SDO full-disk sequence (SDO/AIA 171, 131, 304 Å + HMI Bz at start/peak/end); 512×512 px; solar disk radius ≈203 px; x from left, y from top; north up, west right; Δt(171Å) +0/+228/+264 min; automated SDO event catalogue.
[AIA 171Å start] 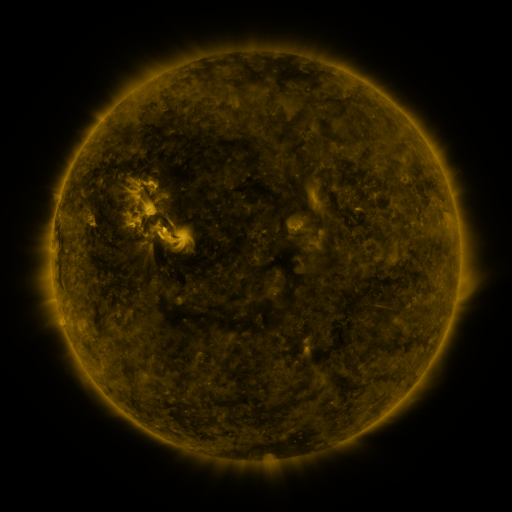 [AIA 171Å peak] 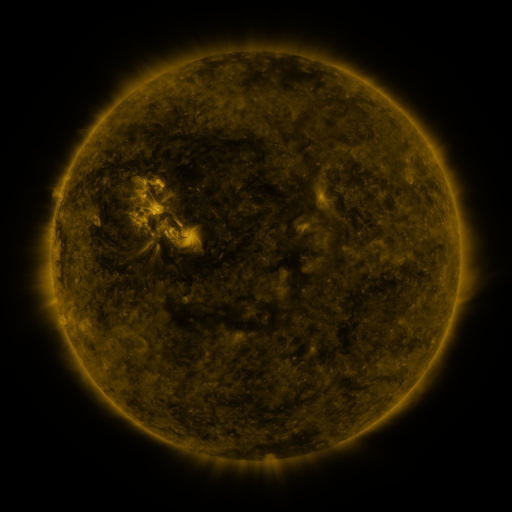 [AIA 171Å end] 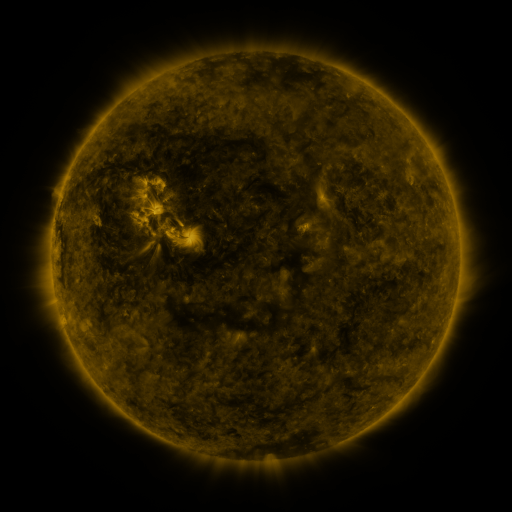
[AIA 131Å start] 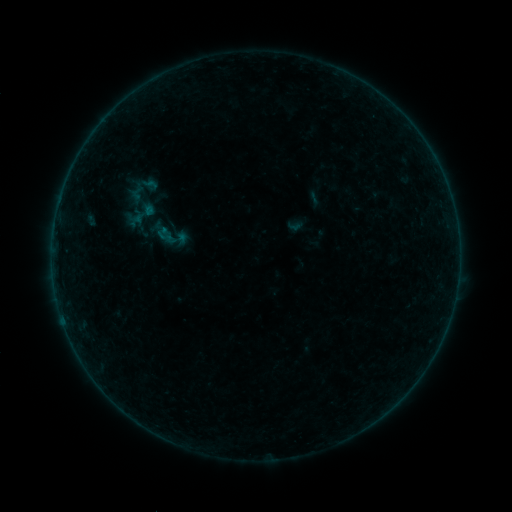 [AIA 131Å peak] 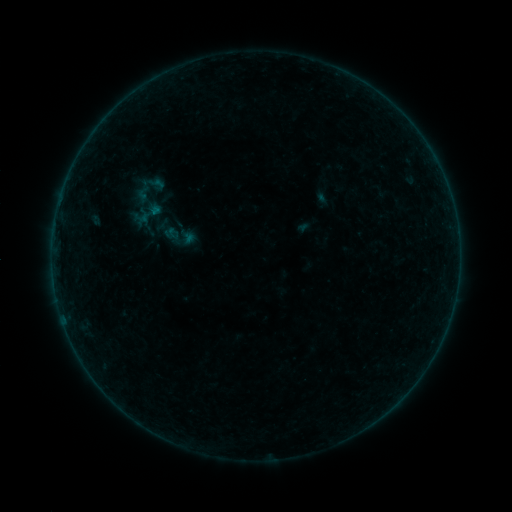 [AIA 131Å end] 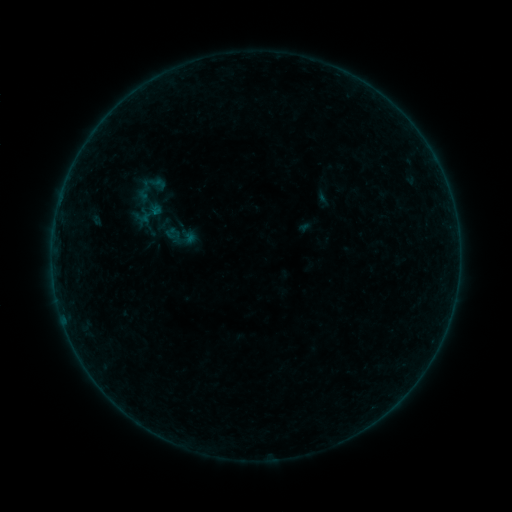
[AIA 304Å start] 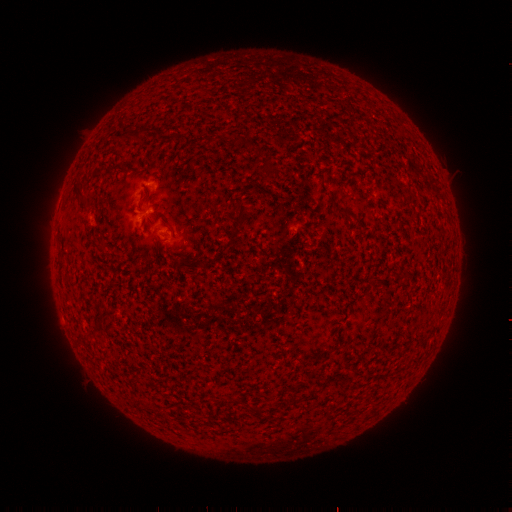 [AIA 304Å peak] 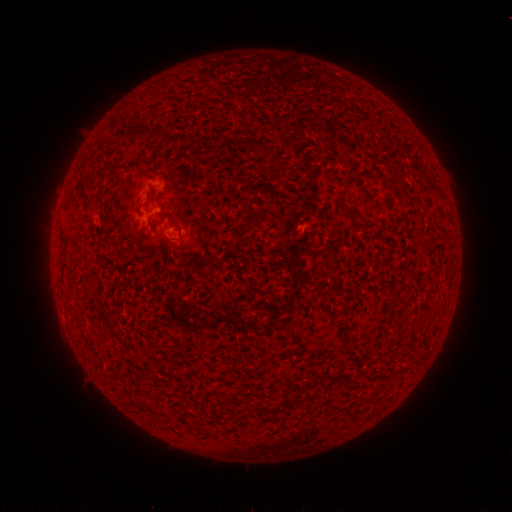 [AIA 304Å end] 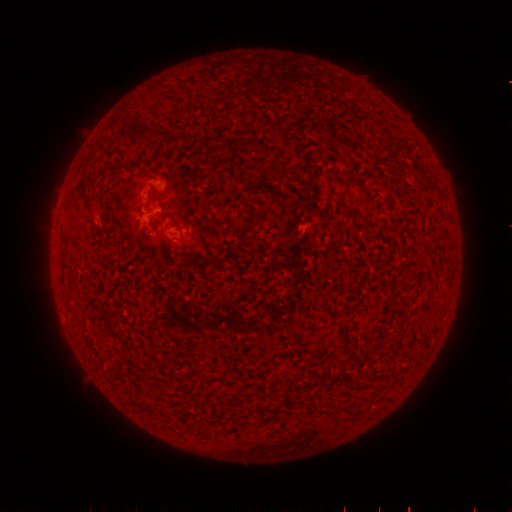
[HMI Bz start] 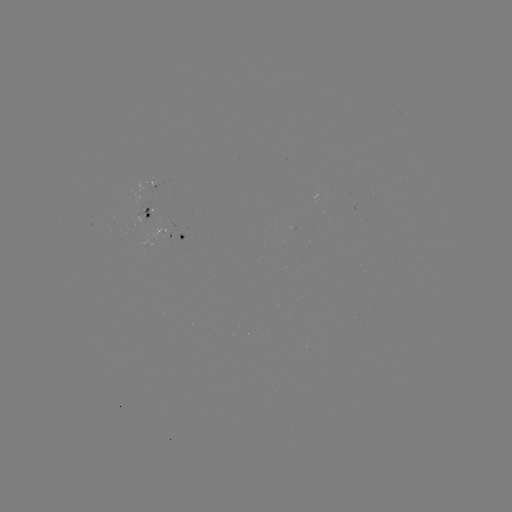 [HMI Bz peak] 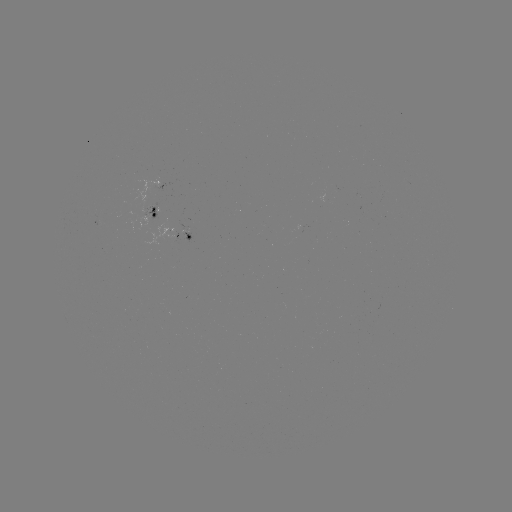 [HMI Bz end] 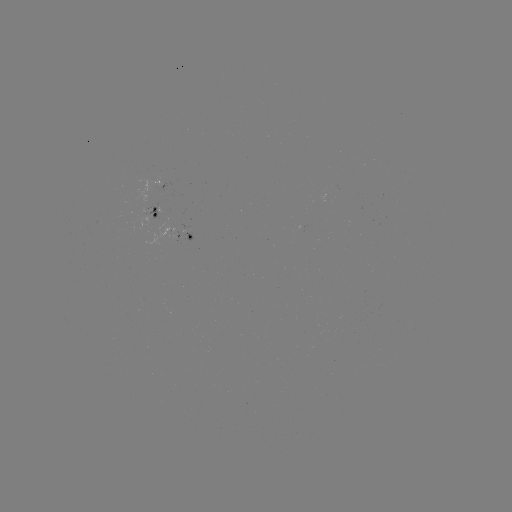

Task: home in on emerging-flux region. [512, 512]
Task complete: (185, 235).